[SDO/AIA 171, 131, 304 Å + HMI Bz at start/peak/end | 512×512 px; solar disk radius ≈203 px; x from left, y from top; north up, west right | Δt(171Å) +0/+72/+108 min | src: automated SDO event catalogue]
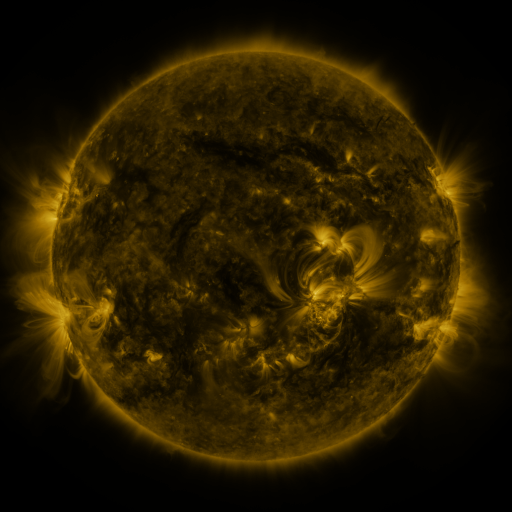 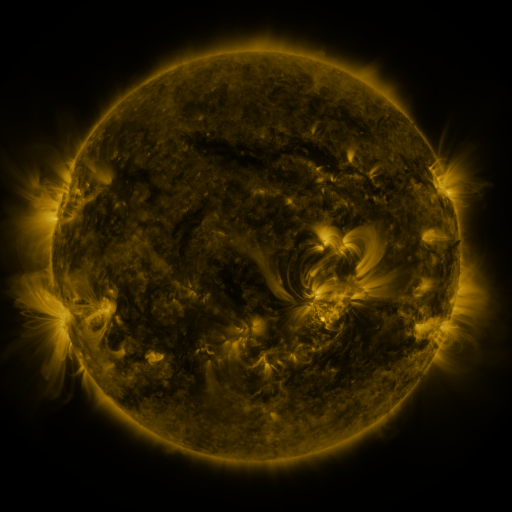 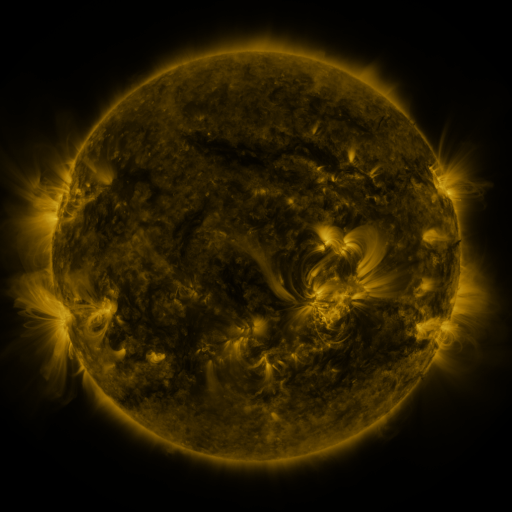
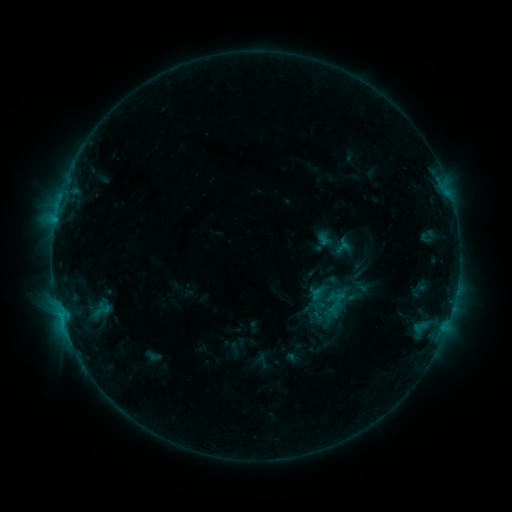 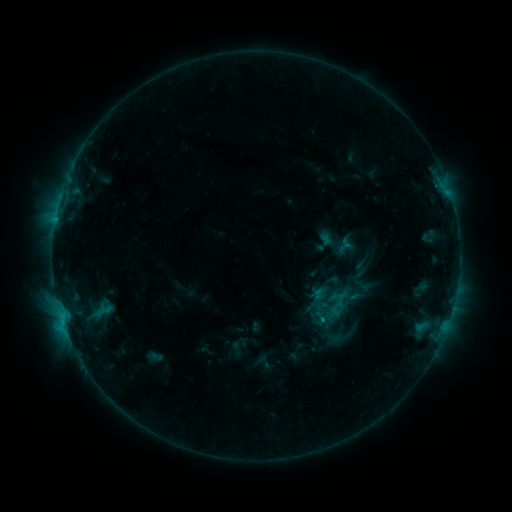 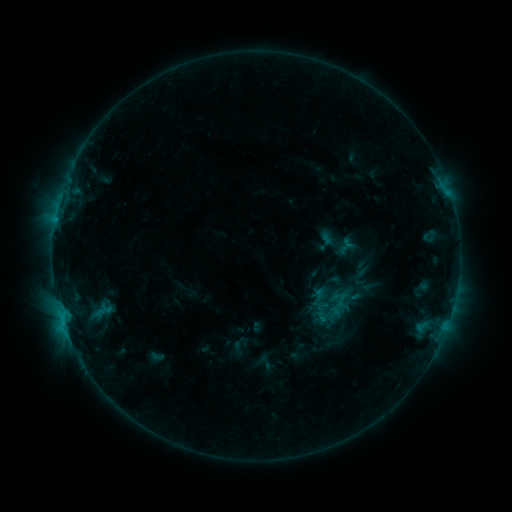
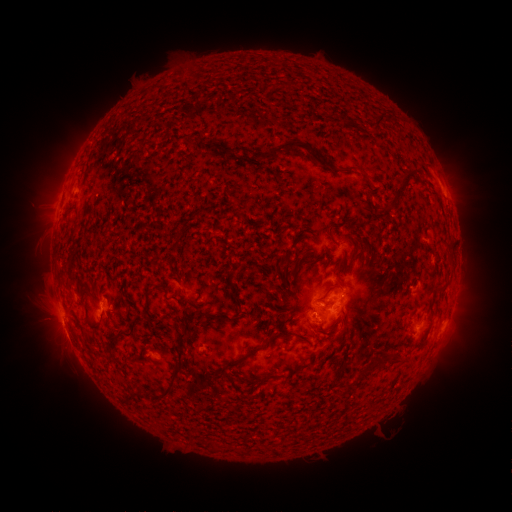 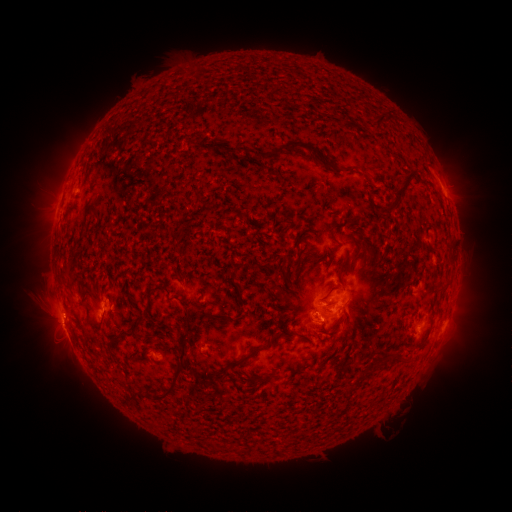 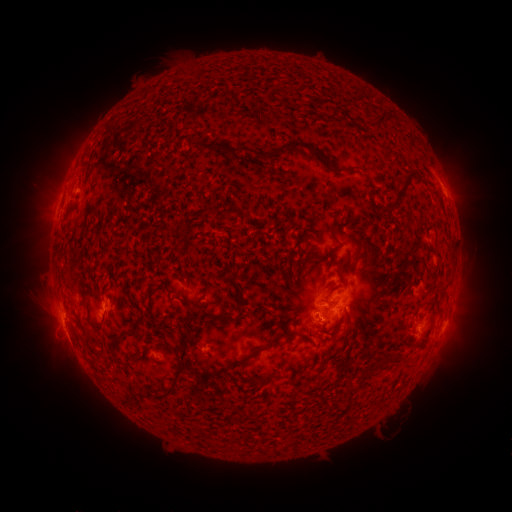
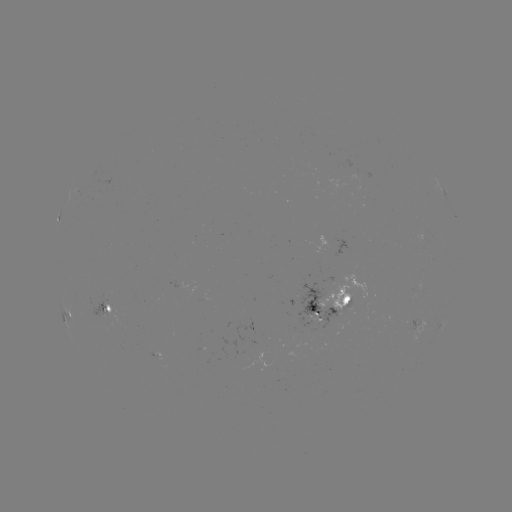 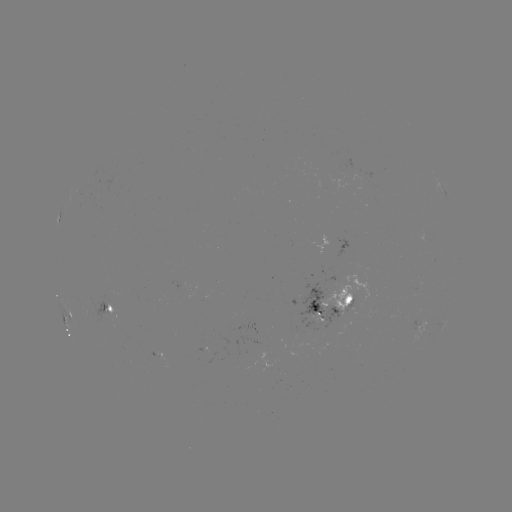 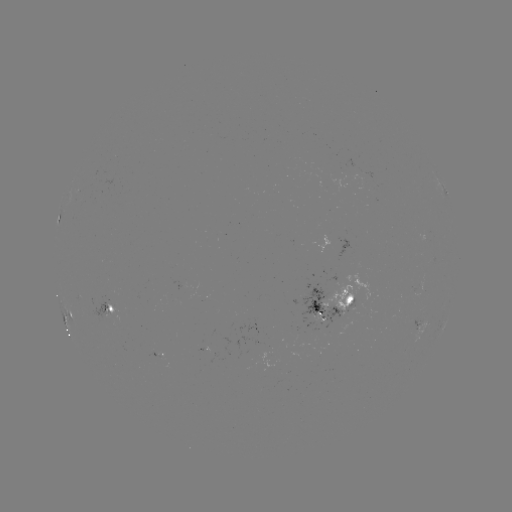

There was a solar emerging-flux region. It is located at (153, 352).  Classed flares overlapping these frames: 1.